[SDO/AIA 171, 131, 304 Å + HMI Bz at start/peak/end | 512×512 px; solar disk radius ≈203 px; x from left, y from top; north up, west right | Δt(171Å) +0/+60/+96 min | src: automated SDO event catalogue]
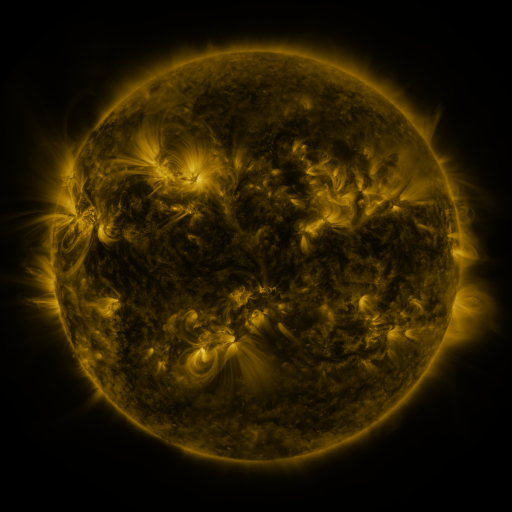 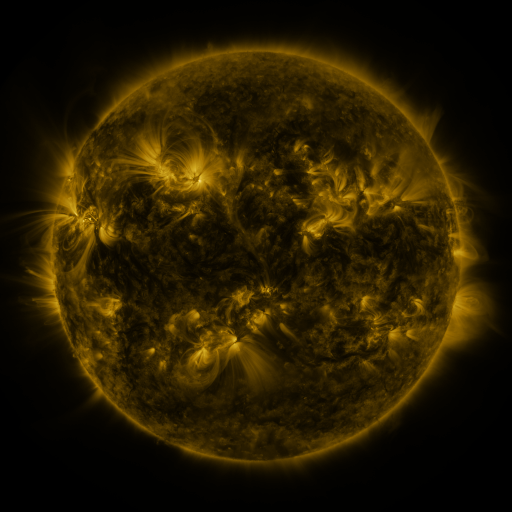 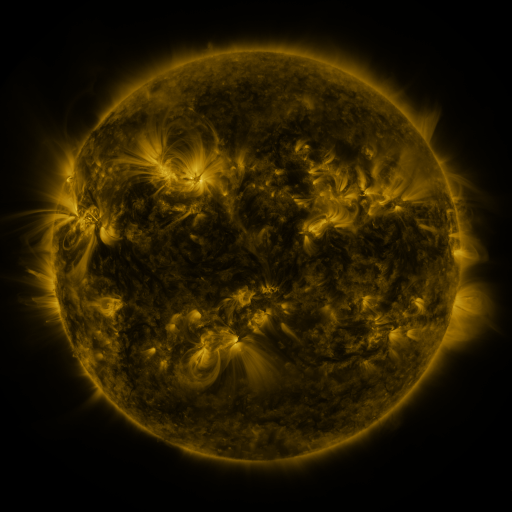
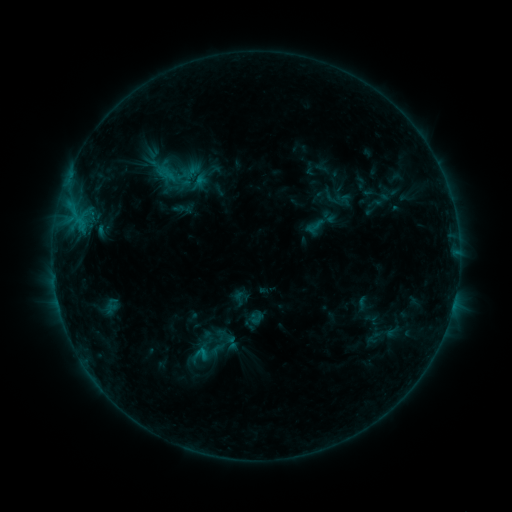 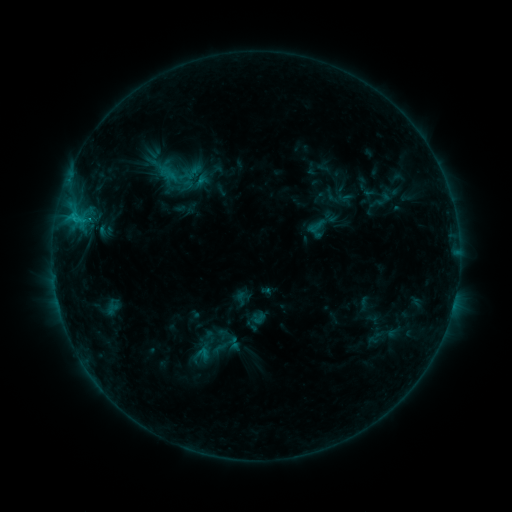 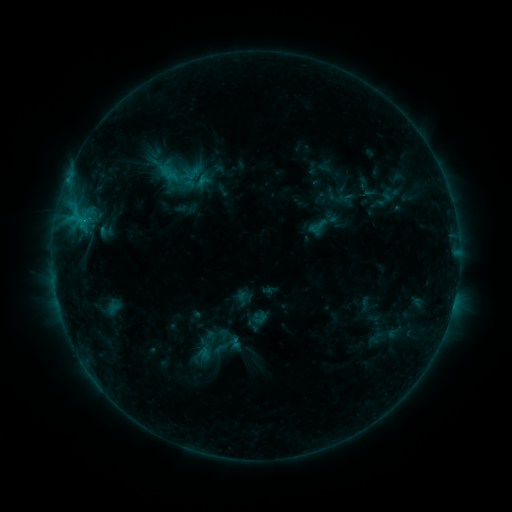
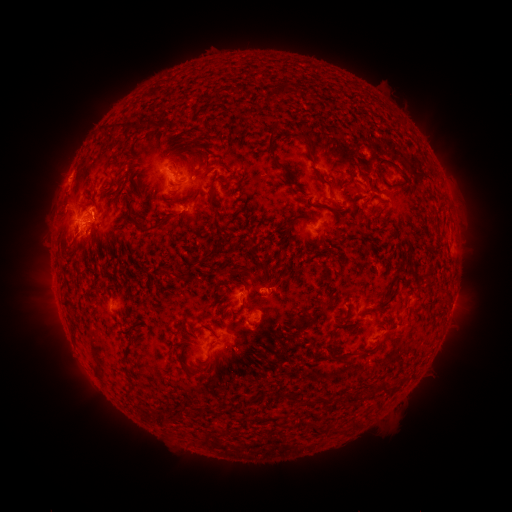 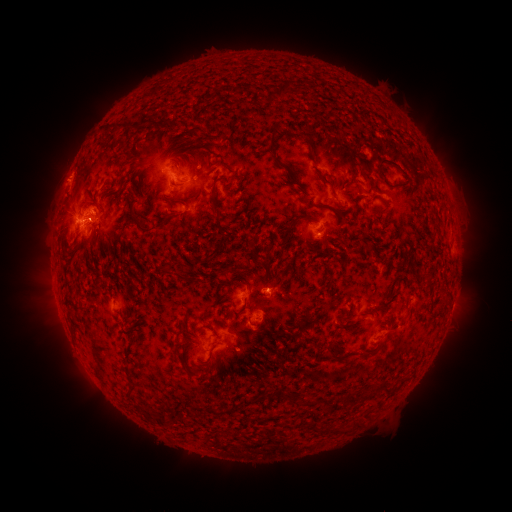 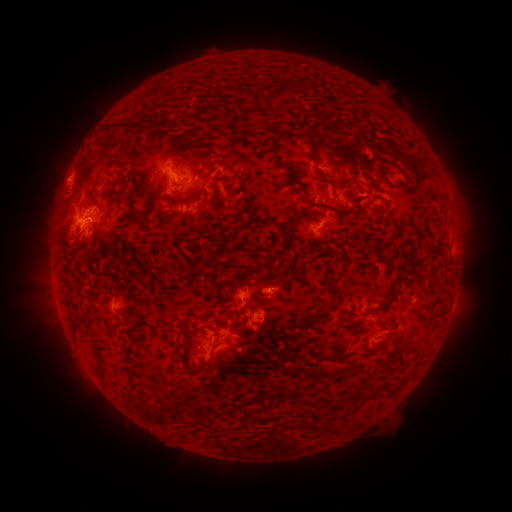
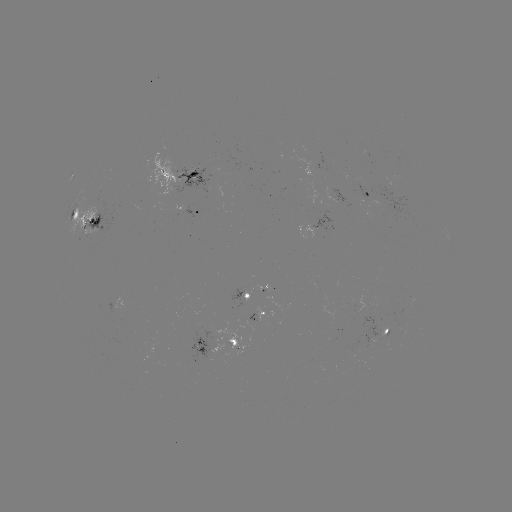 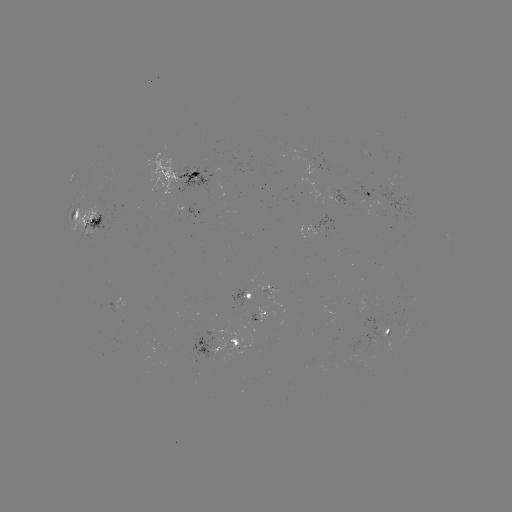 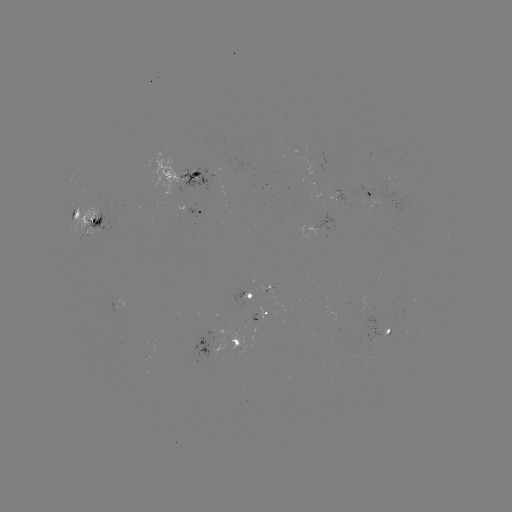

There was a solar emerging-flux region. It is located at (99, 196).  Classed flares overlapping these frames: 1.